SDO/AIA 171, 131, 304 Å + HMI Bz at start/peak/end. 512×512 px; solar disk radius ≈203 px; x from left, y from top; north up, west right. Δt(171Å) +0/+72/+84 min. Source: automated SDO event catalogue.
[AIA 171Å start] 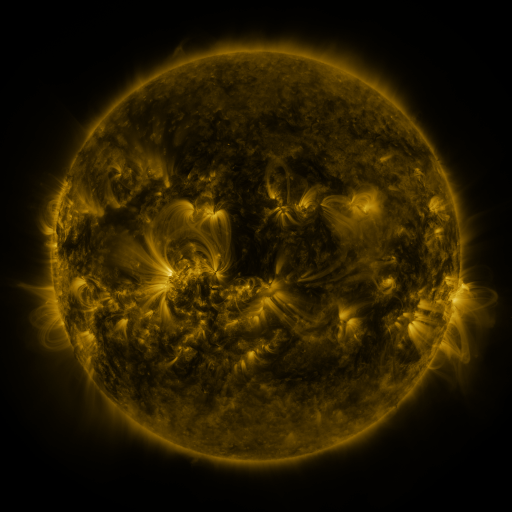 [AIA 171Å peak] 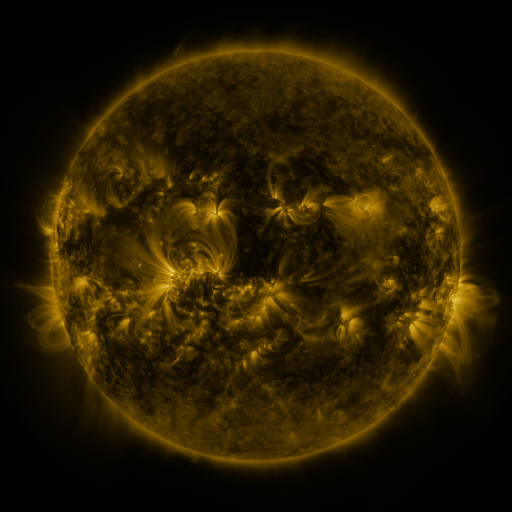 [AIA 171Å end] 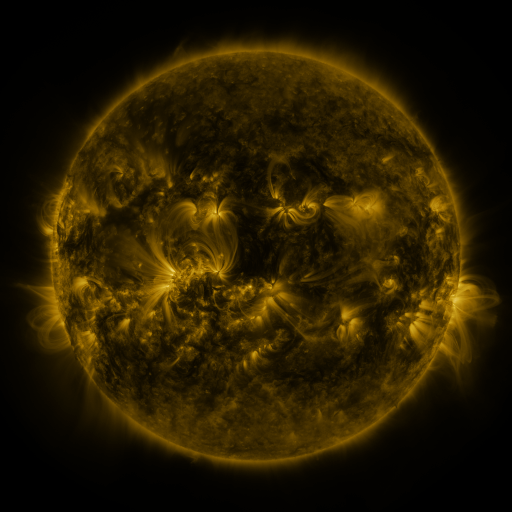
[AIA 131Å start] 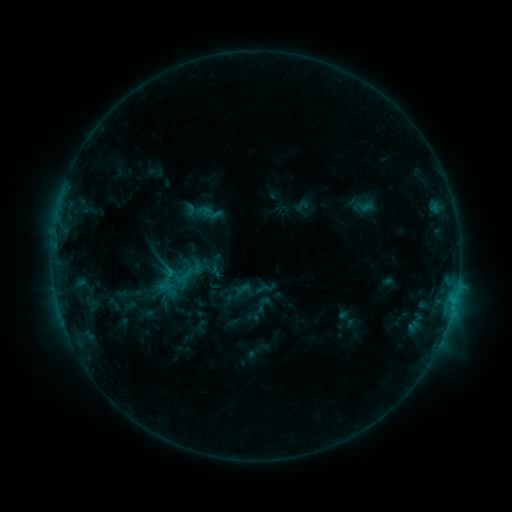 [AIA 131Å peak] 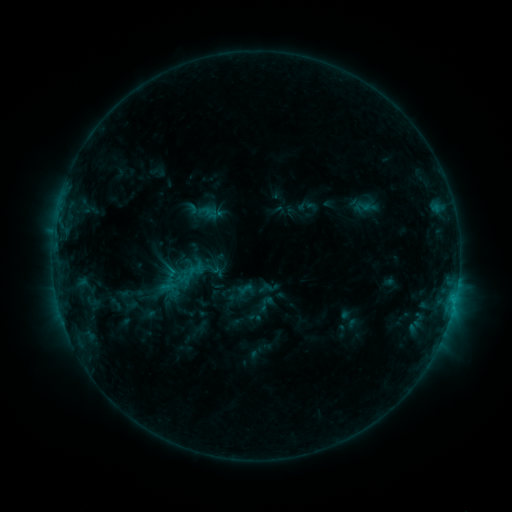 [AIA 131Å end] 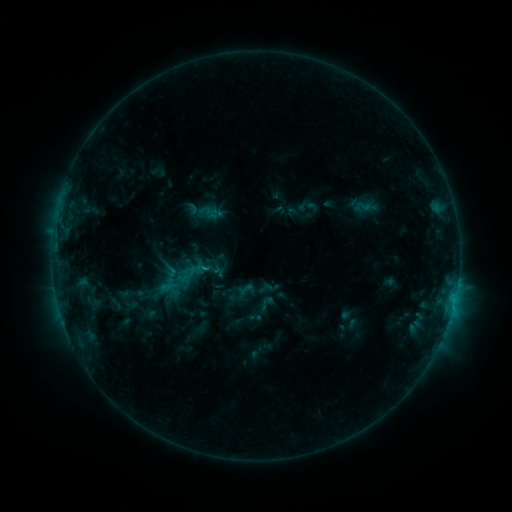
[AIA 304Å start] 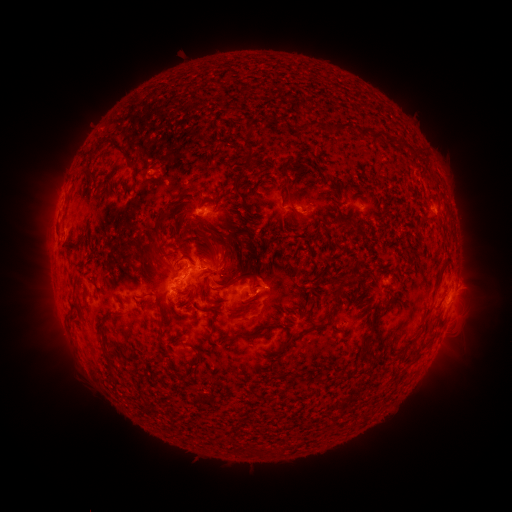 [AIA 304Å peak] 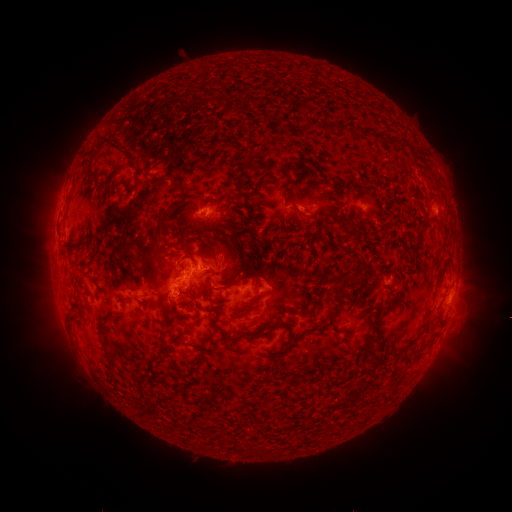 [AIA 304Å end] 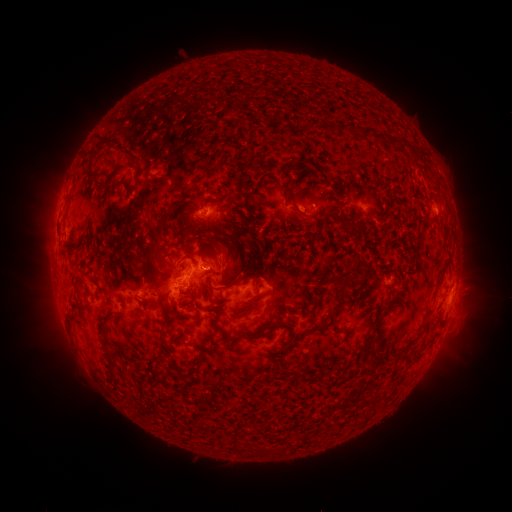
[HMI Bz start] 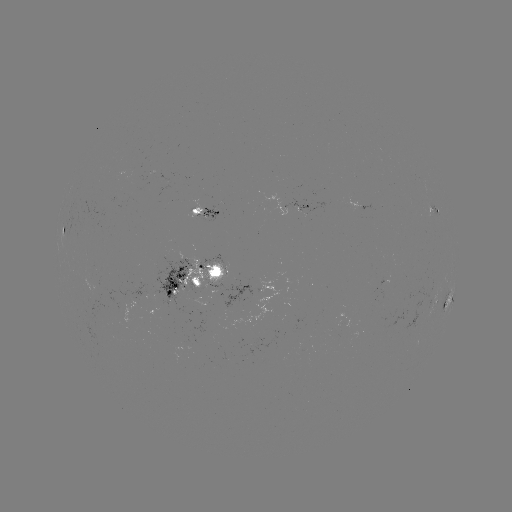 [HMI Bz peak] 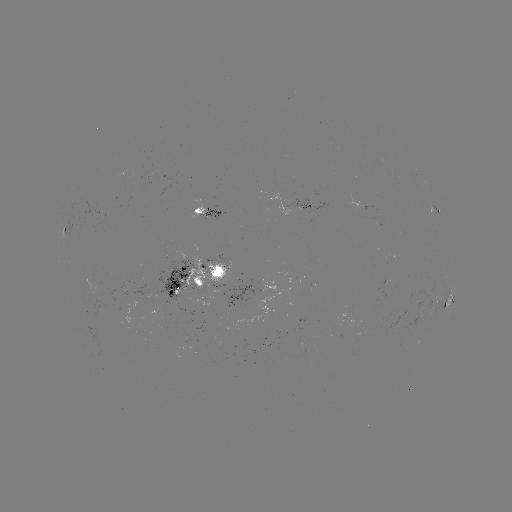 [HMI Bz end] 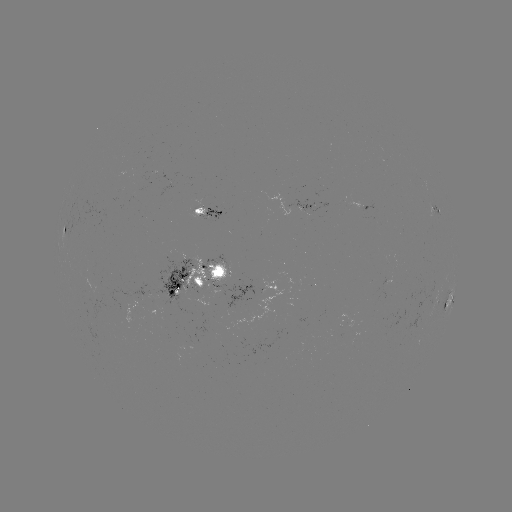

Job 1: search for emerging-flux region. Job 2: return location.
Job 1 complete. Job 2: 213,281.